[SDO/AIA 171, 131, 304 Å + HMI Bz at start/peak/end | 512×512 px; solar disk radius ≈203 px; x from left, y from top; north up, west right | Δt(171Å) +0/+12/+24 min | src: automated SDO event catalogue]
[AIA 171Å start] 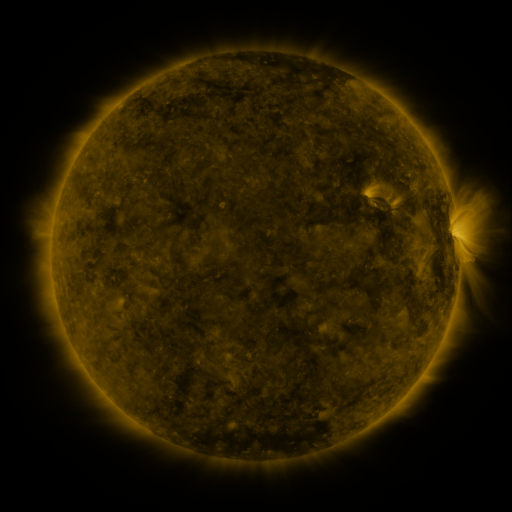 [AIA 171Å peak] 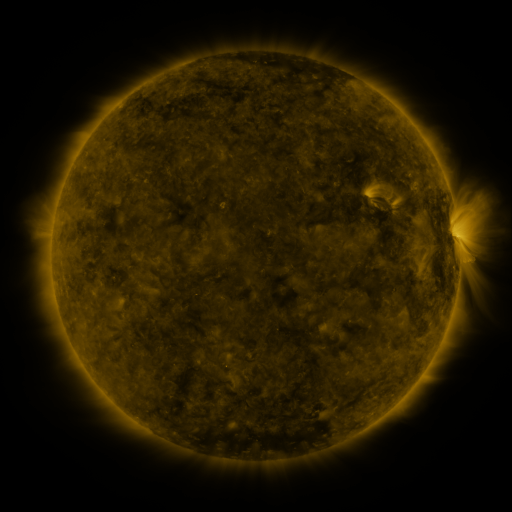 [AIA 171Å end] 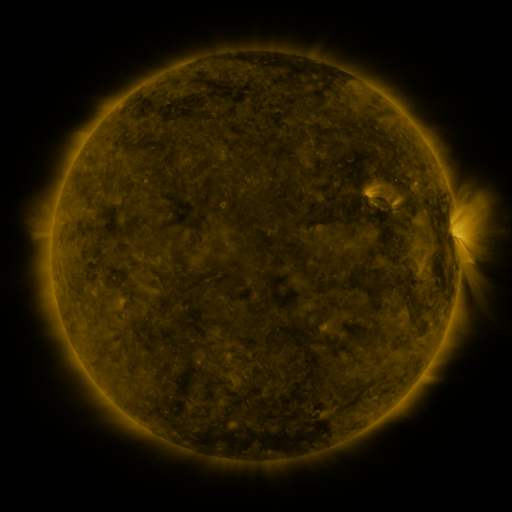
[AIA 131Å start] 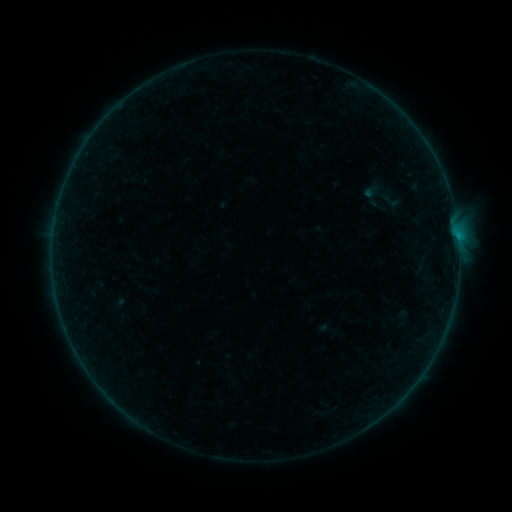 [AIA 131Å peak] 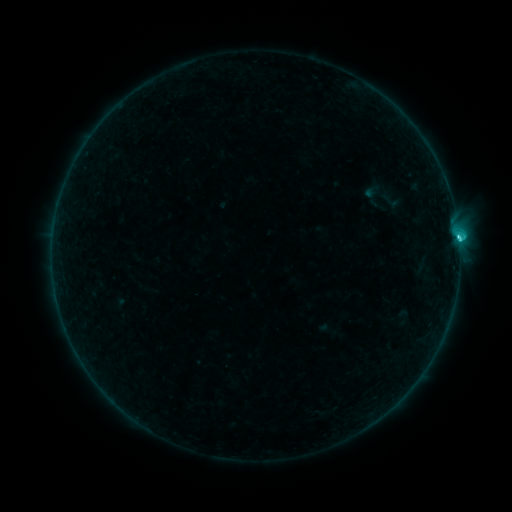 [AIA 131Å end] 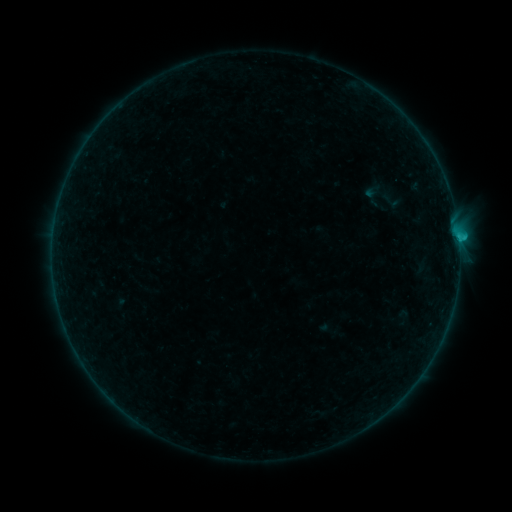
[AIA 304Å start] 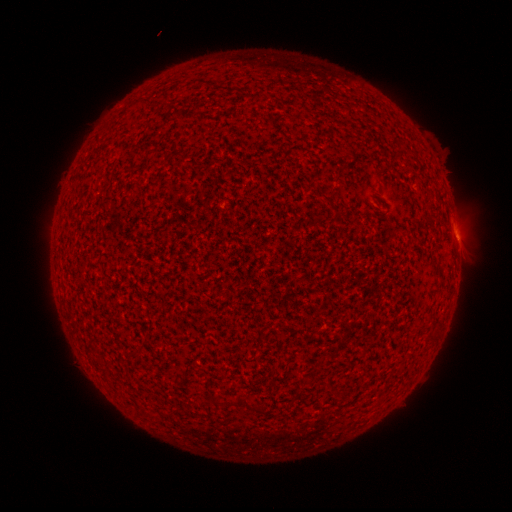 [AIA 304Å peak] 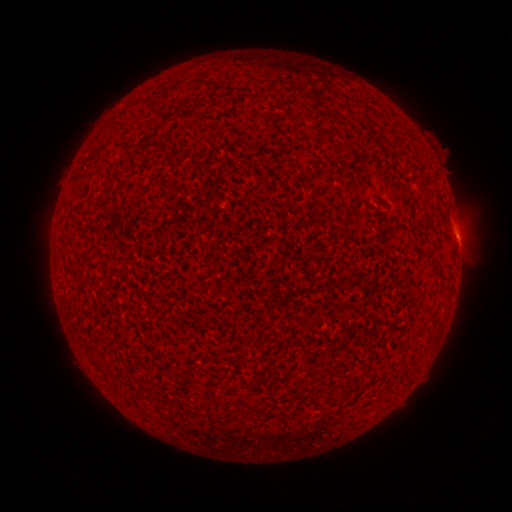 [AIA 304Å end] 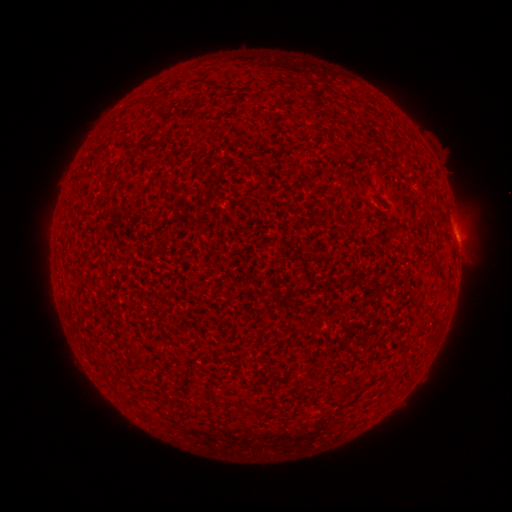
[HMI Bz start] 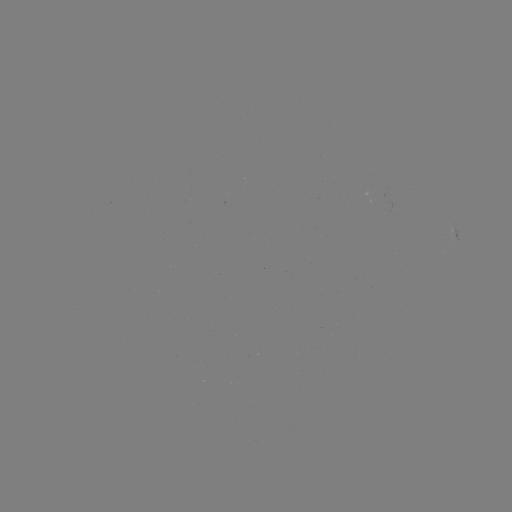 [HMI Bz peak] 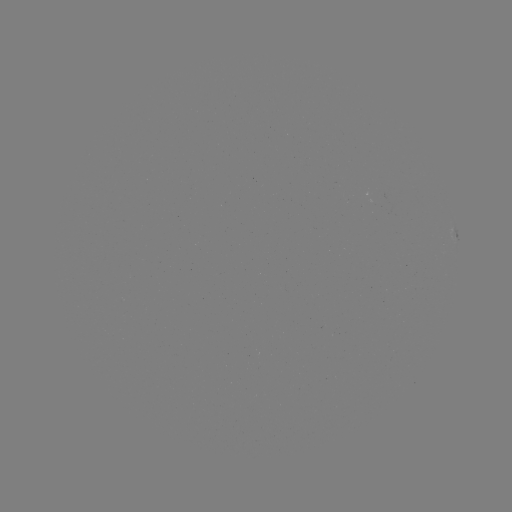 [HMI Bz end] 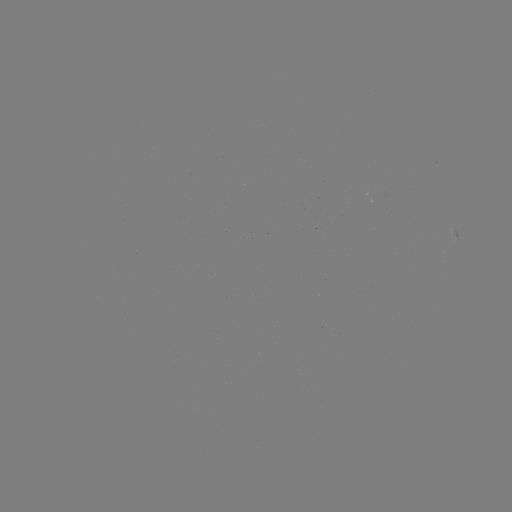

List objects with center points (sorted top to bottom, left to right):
C1.3 flare: (458, 238)
